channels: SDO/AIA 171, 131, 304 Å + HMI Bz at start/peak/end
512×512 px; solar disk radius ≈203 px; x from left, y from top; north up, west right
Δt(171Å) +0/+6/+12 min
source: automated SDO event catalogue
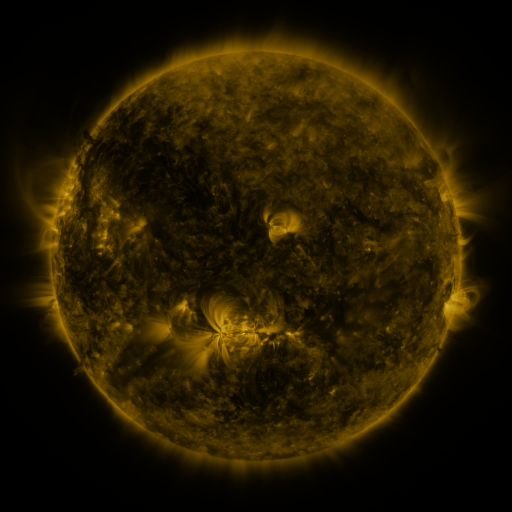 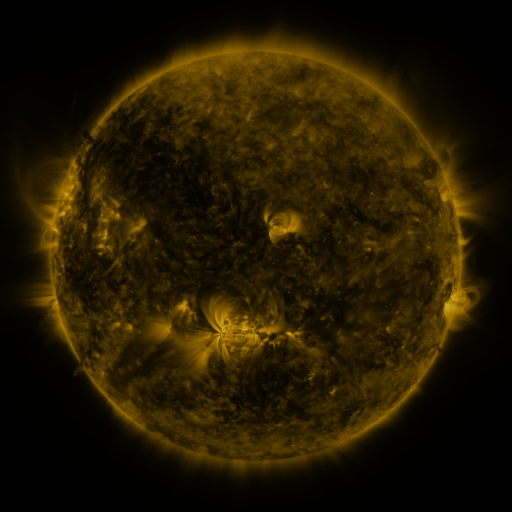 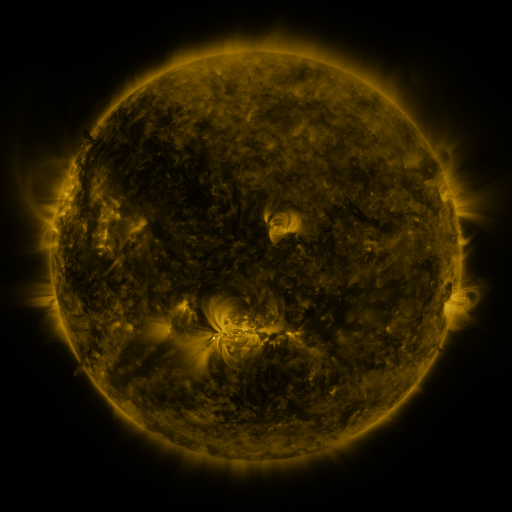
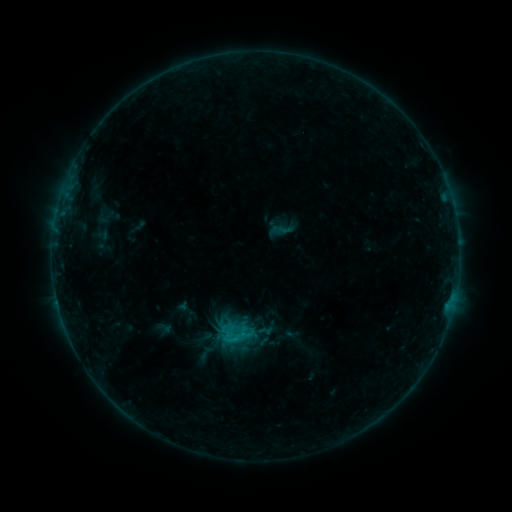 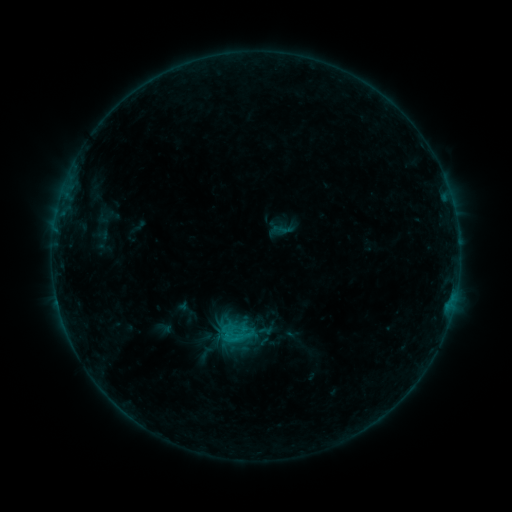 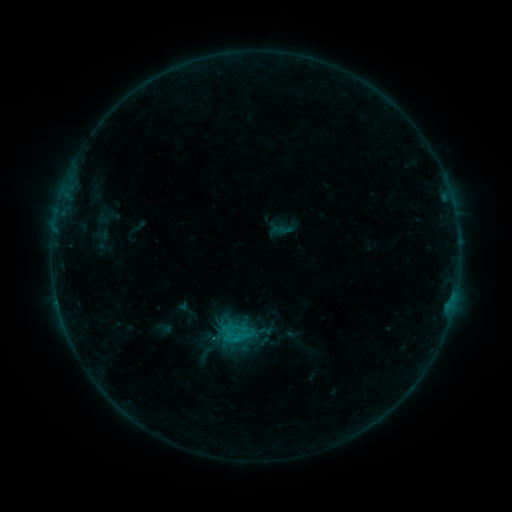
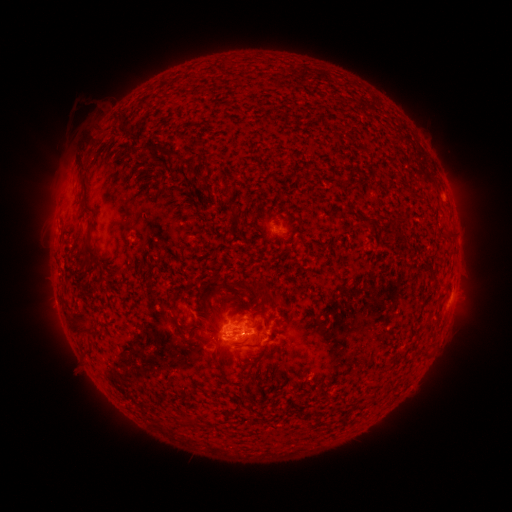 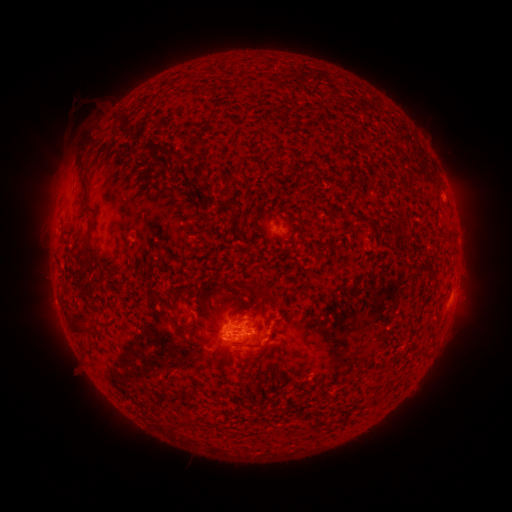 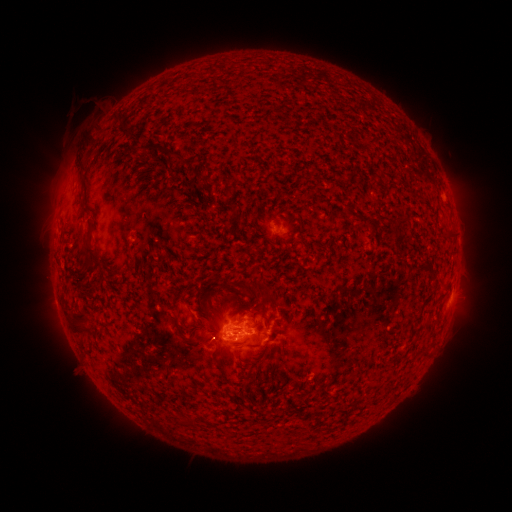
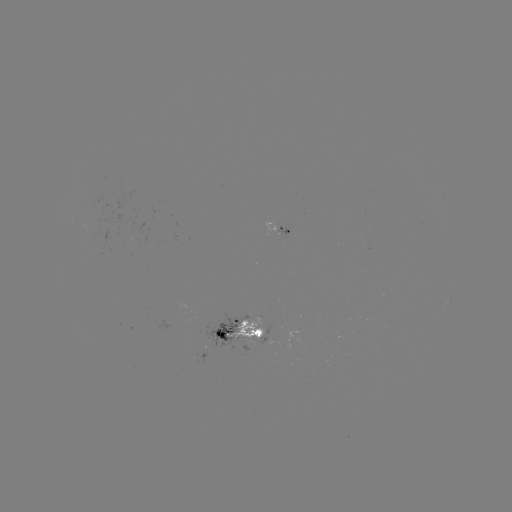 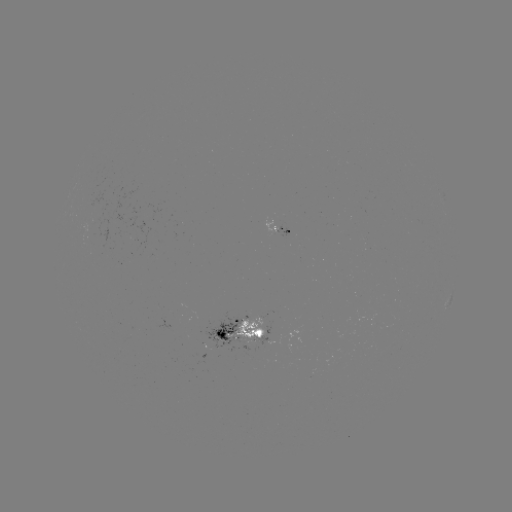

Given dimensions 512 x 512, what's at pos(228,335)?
B9.8 flare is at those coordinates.